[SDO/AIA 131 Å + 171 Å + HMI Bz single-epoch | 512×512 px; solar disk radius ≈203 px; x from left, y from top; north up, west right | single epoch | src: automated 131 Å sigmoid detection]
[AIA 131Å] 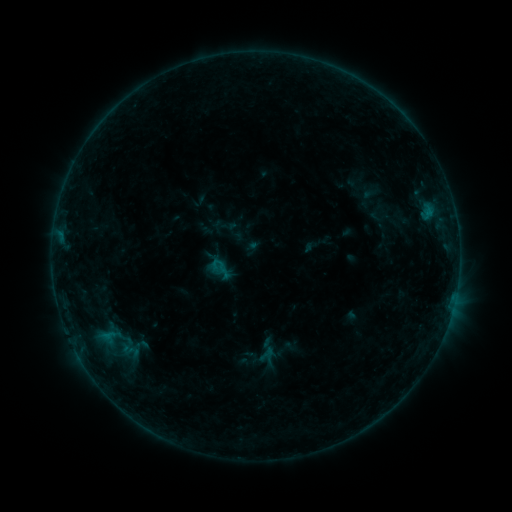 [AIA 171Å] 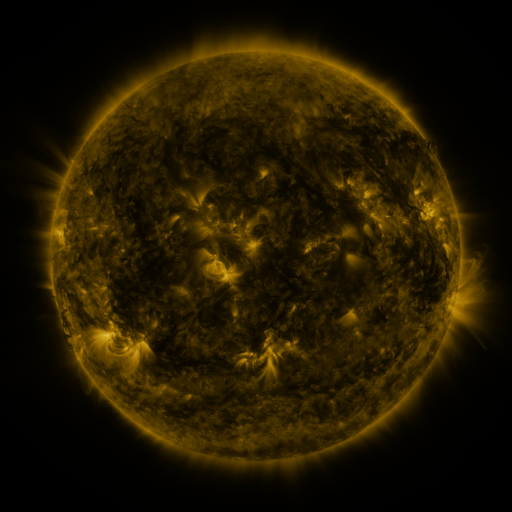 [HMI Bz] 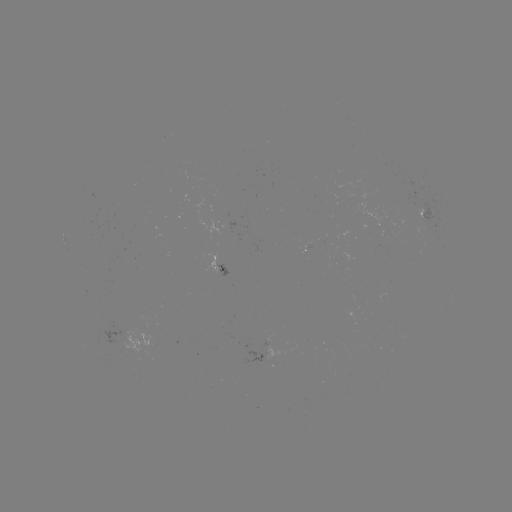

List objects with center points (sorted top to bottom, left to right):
sigmoid: (267, 351)
